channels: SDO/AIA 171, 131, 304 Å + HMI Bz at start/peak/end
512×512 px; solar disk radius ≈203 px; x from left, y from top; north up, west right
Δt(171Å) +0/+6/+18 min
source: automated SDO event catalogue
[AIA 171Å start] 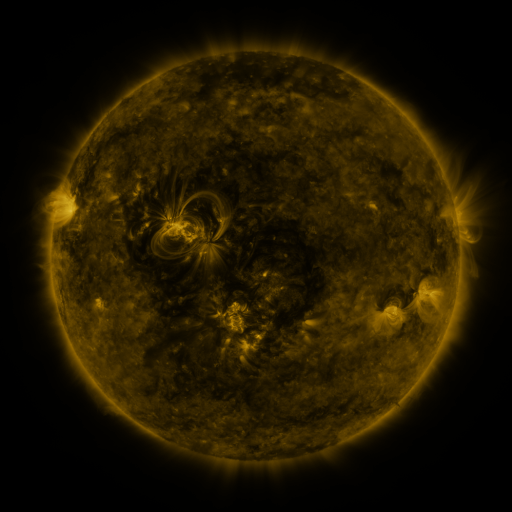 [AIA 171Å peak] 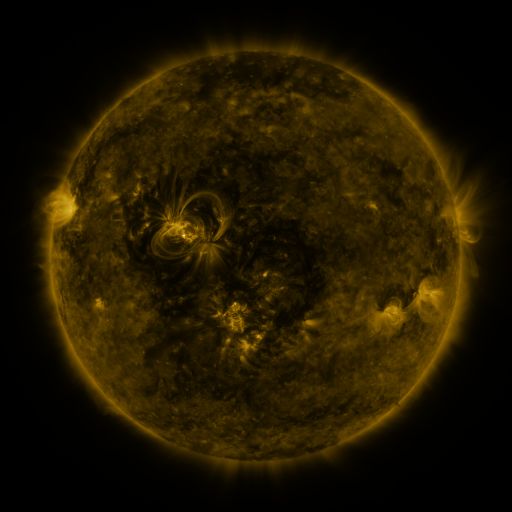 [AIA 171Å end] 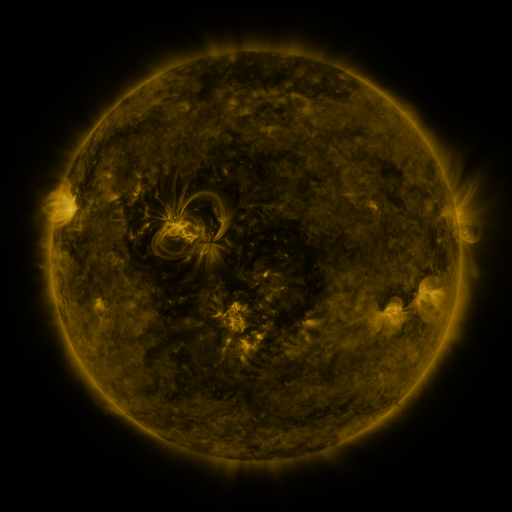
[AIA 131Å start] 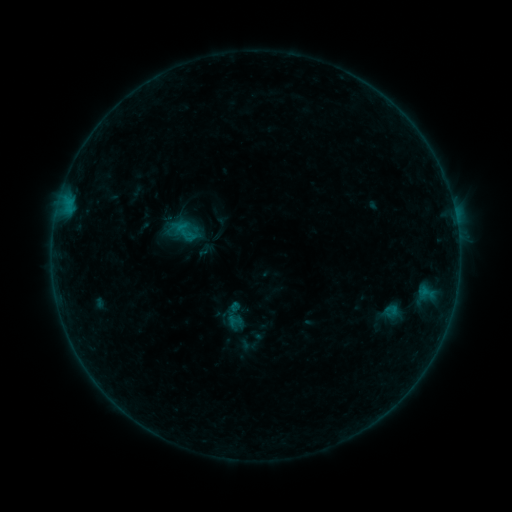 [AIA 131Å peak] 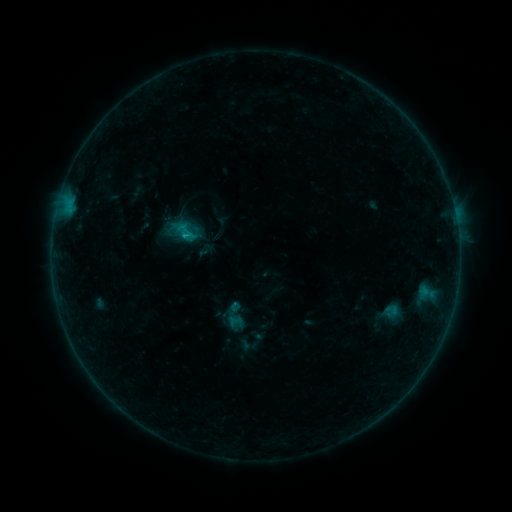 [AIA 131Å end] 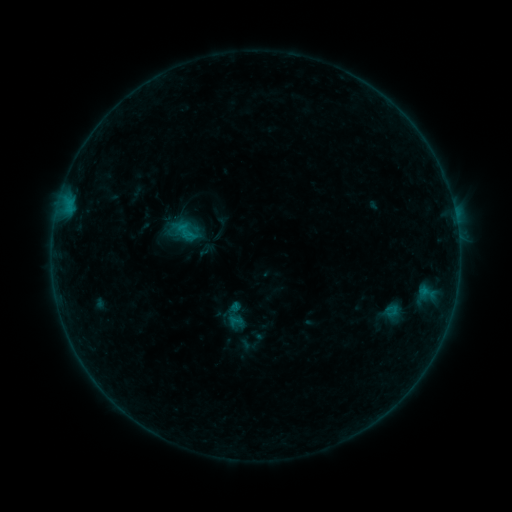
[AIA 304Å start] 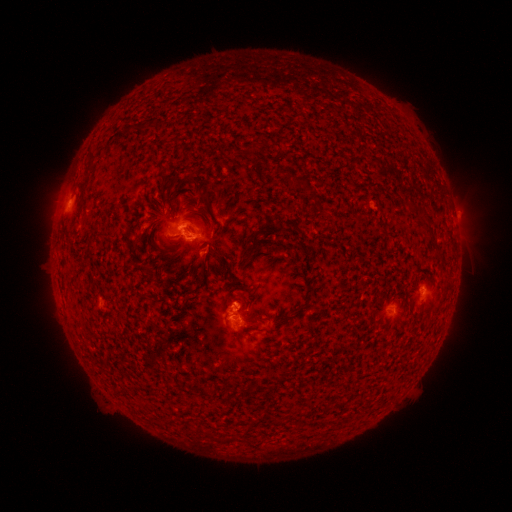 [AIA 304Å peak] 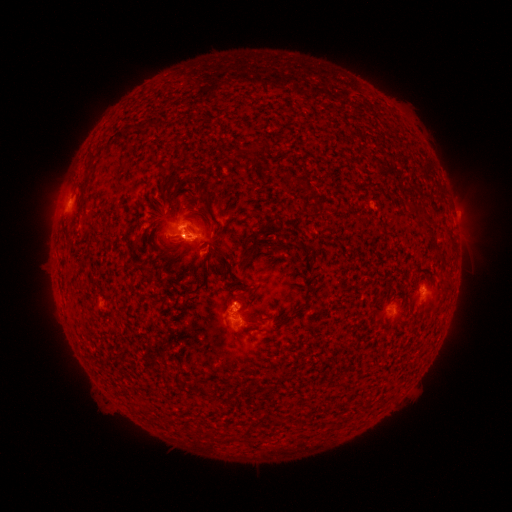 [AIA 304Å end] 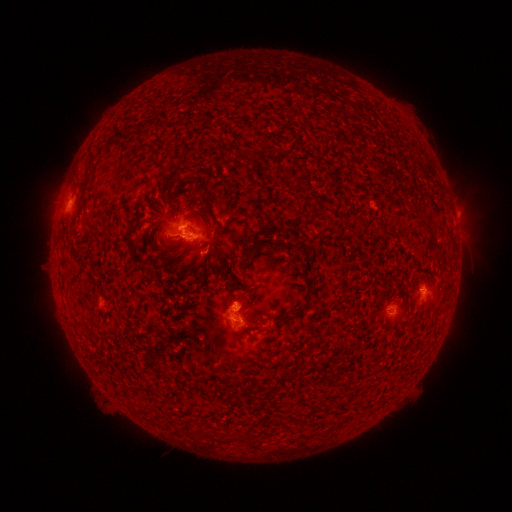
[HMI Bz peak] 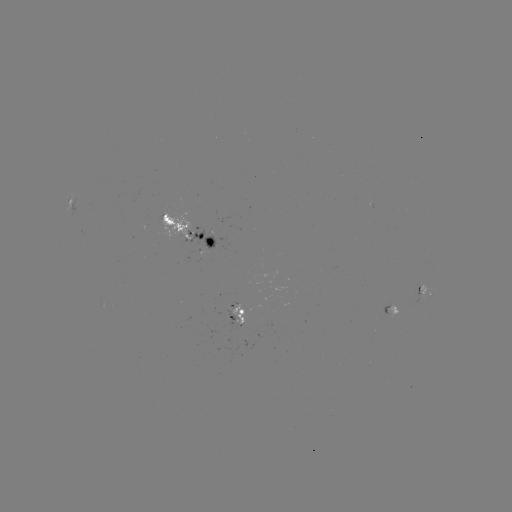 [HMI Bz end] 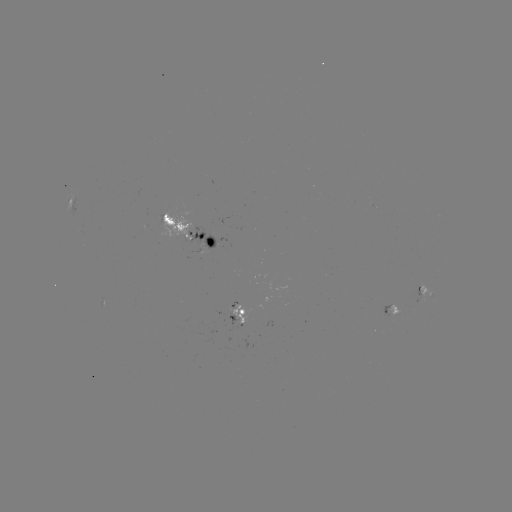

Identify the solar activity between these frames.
B5.9 flare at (187, 237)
